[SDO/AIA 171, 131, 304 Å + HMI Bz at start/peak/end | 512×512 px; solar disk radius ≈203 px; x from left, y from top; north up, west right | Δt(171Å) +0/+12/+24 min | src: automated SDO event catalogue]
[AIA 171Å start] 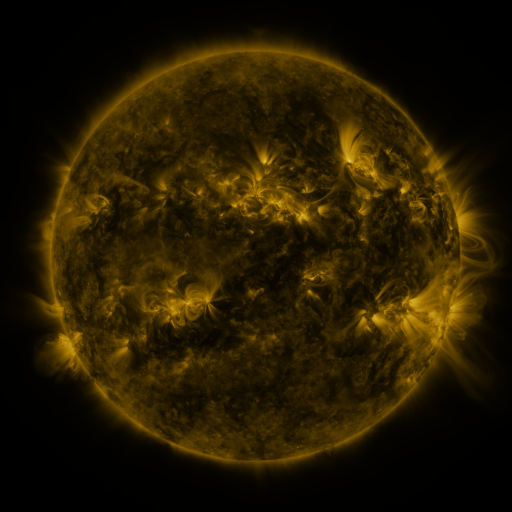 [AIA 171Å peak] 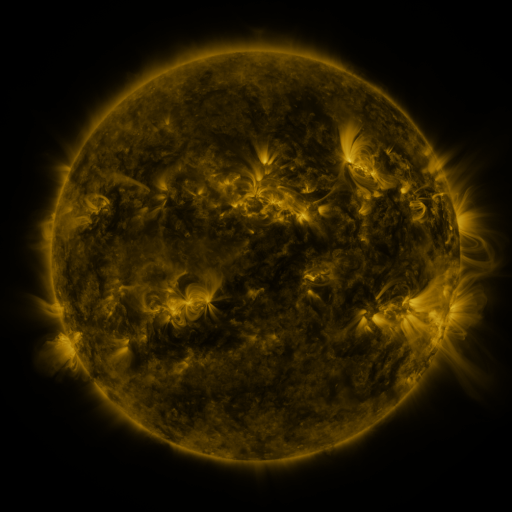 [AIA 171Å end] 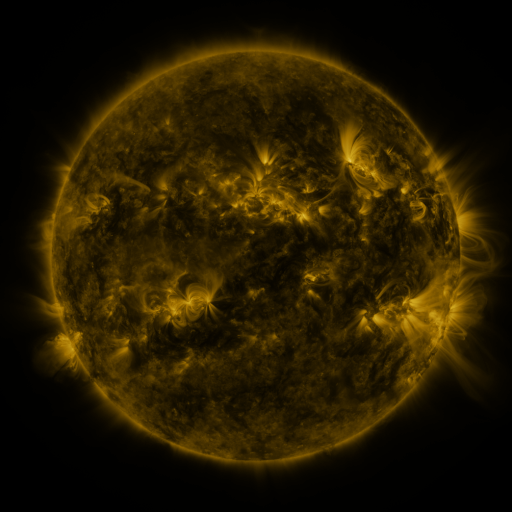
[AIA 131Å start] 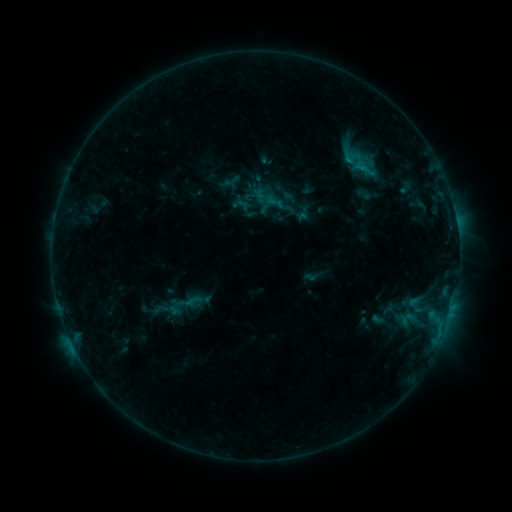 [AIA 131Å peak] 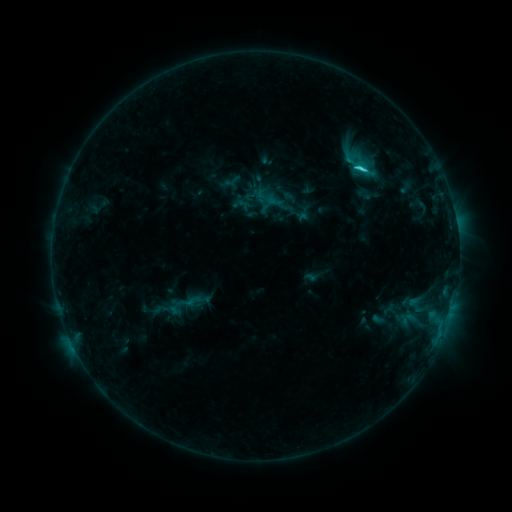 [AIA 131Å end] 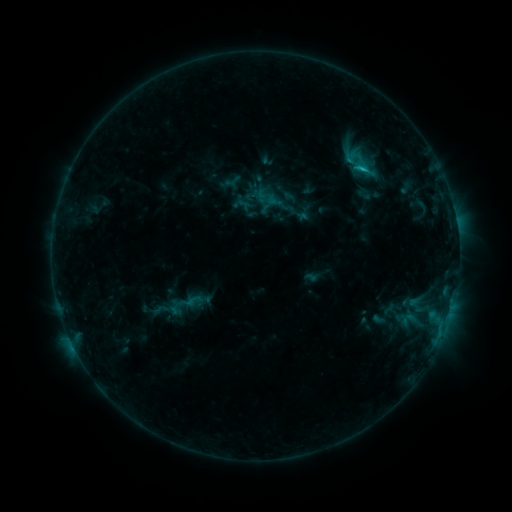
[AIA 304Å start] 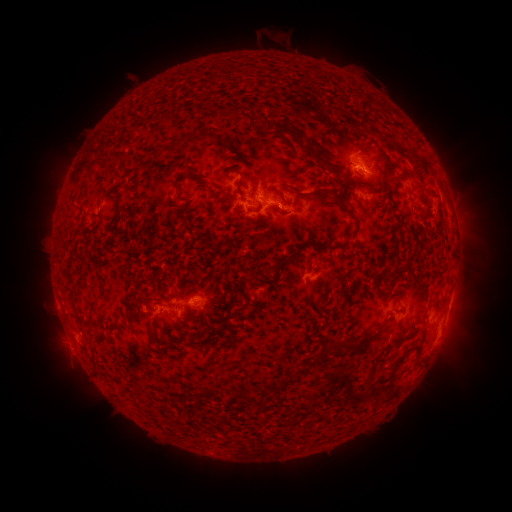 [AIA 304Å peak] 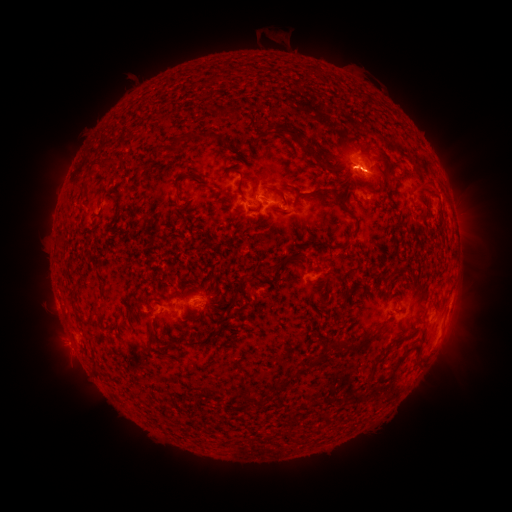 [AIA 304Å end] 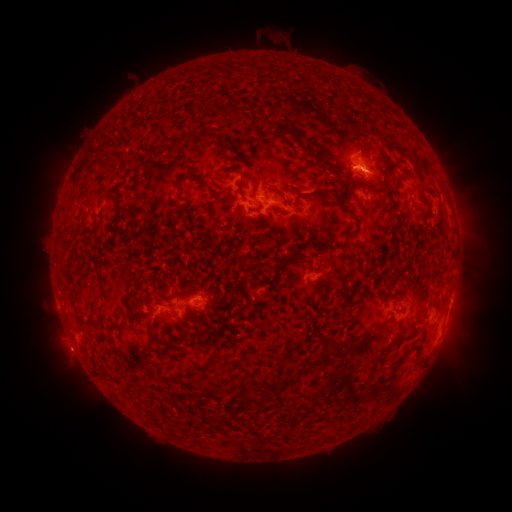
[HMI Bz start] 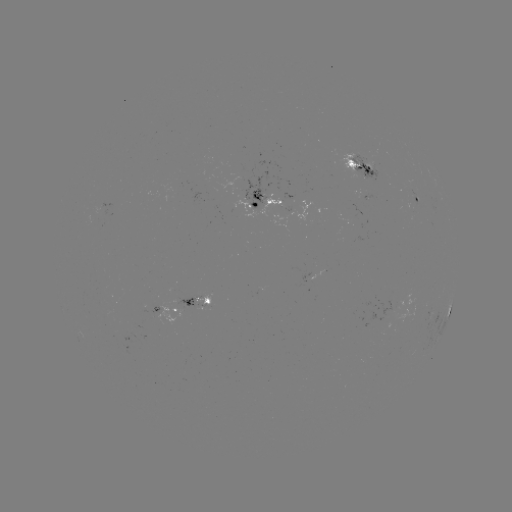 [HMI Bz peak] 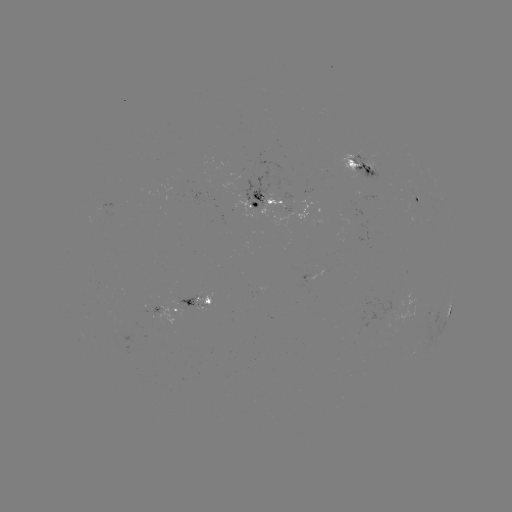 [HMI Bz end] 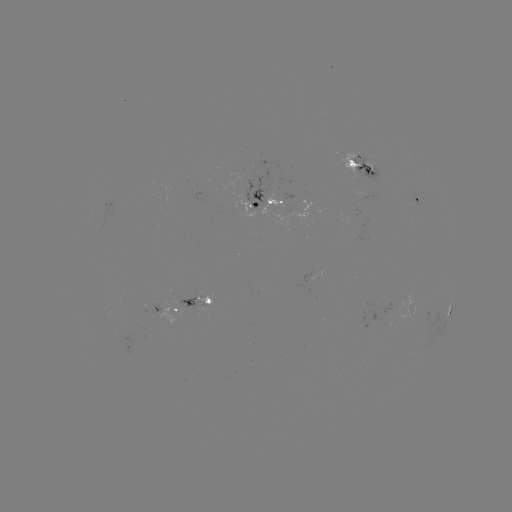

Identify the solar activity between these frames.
C2.2 flare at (360, 170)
